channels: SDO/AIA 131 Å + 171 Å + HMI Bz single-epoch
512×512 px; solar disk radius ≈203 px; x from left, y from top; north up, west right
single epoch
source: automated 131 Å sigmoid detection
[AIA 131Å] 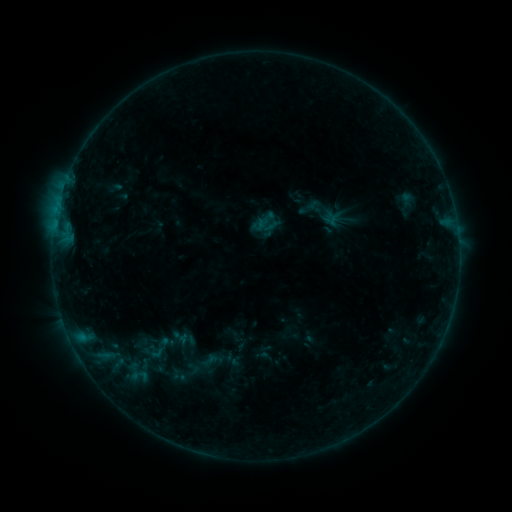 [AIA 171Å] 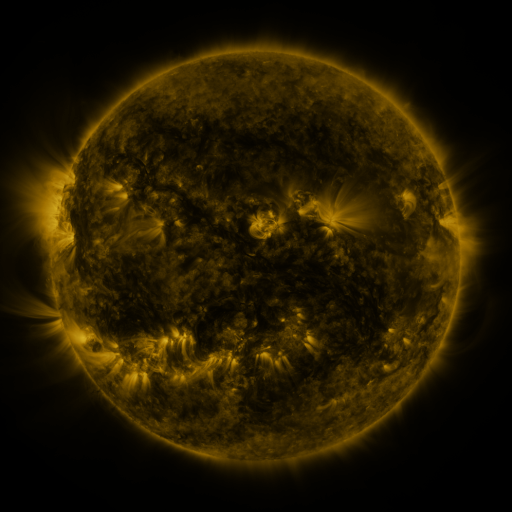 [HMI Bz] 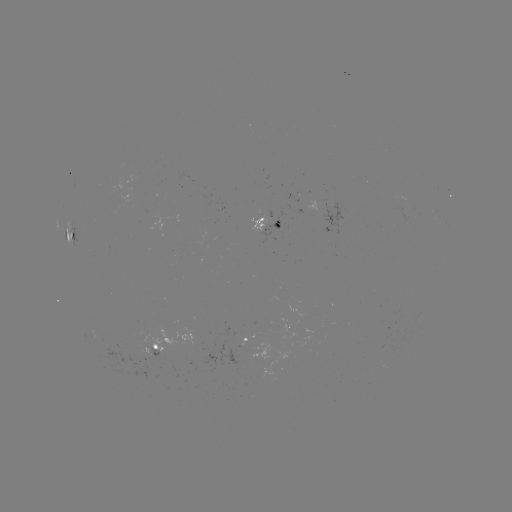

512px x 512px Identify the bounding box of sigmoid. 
[139, 332, 179, 365].